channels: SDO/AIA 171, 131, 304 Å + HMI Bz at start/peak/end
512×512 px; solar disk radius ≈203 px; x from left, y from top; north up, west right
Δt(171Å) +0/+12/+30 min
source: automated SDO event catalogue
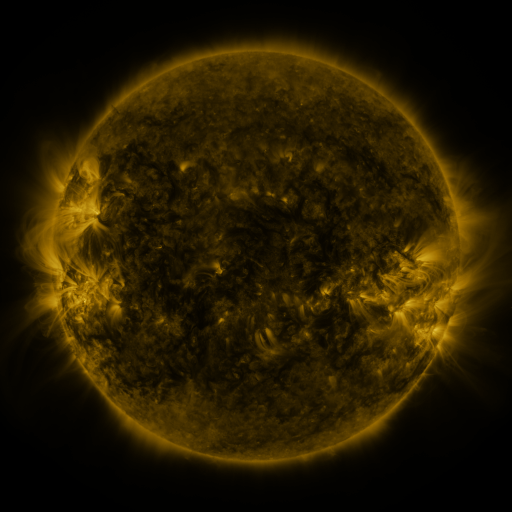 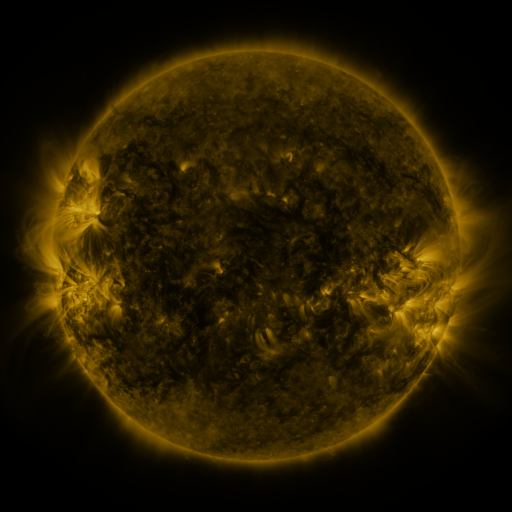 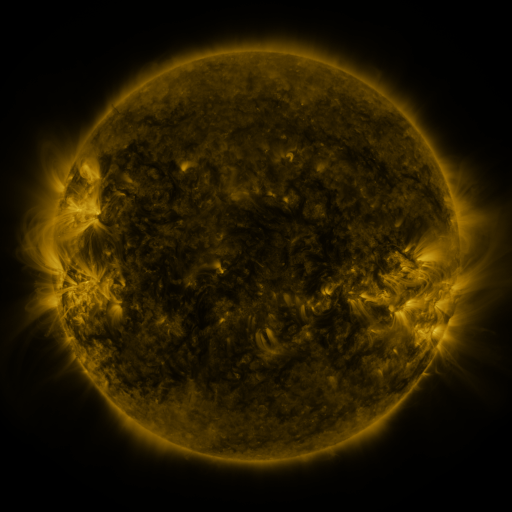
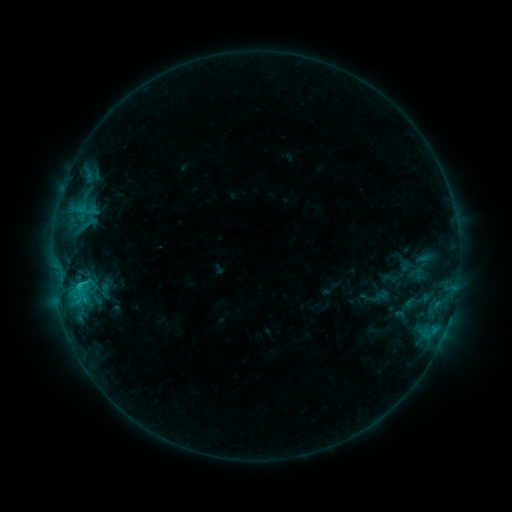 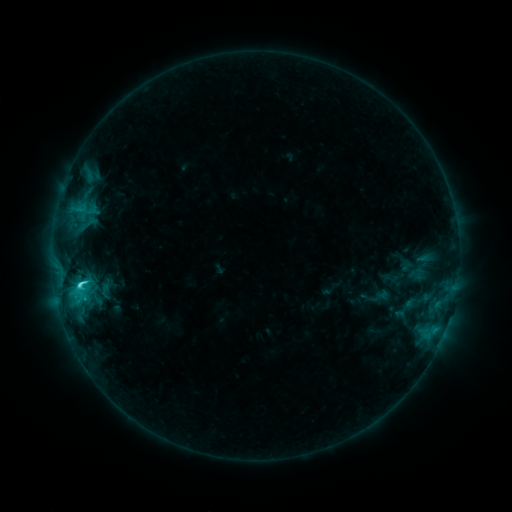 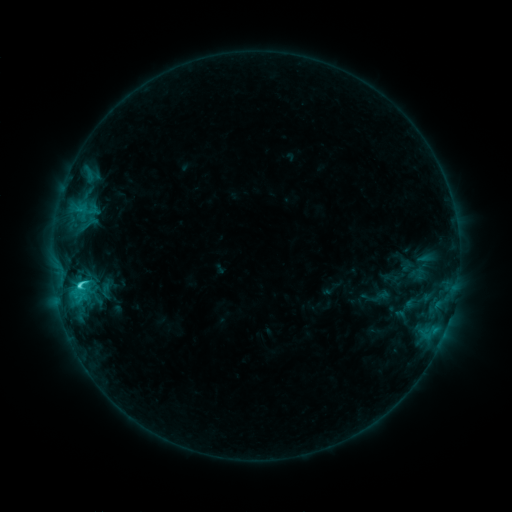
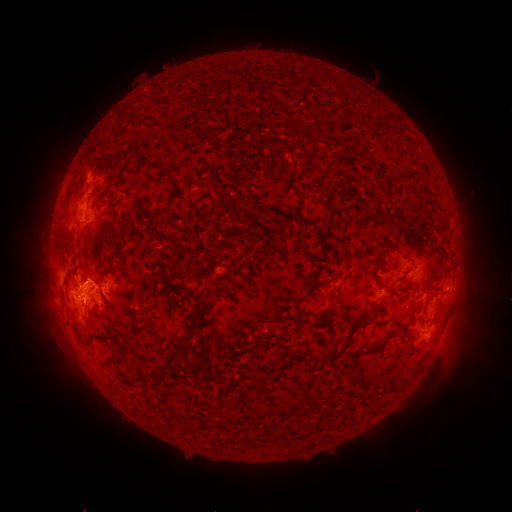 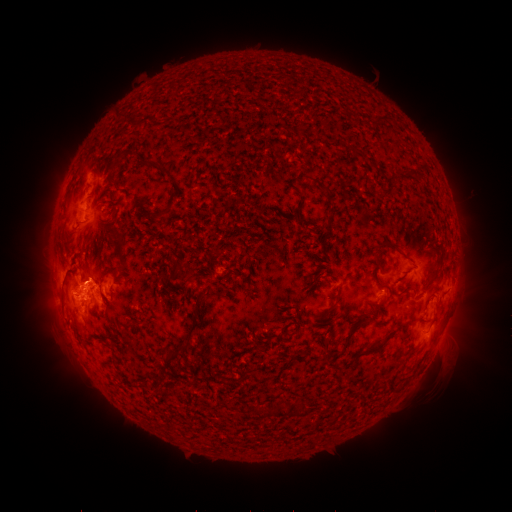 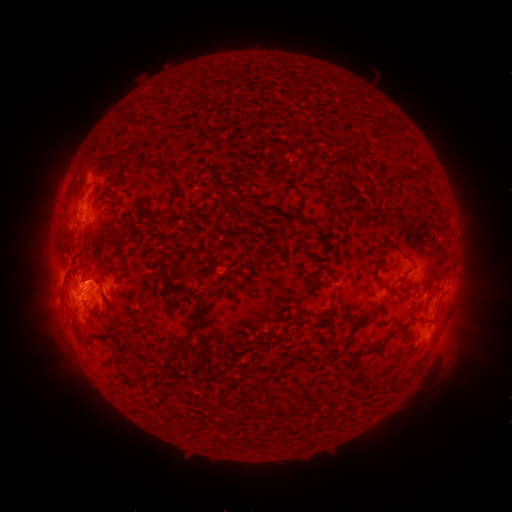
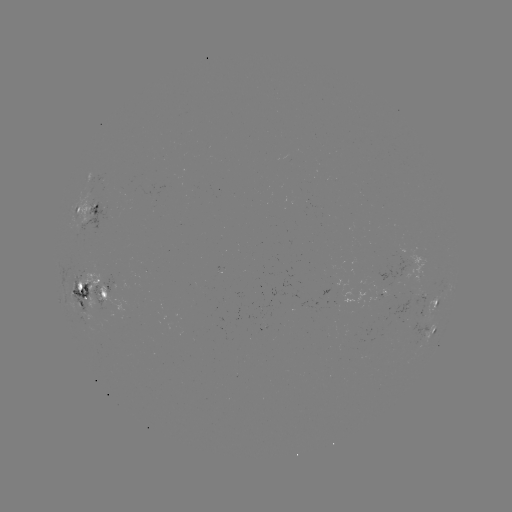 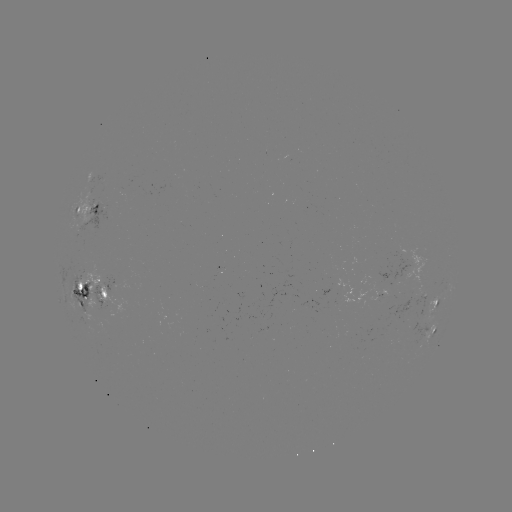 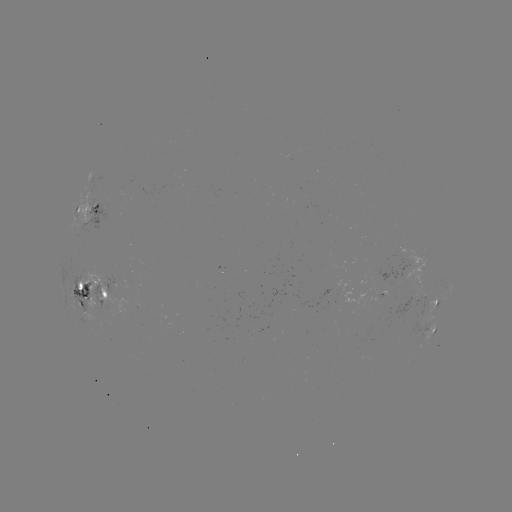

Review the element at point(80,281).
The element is C3.6 flare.